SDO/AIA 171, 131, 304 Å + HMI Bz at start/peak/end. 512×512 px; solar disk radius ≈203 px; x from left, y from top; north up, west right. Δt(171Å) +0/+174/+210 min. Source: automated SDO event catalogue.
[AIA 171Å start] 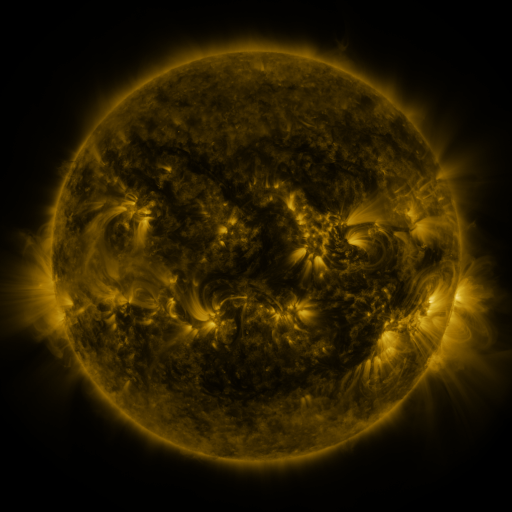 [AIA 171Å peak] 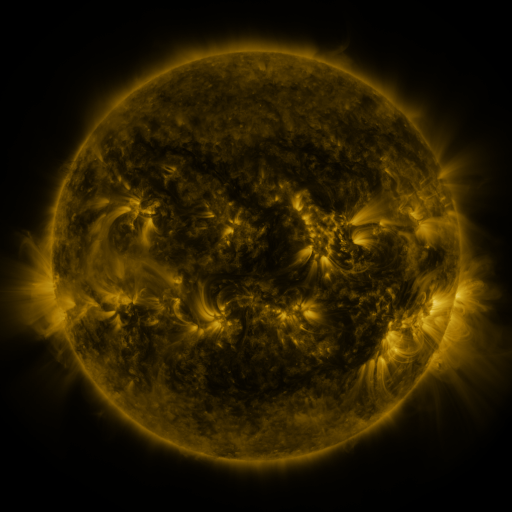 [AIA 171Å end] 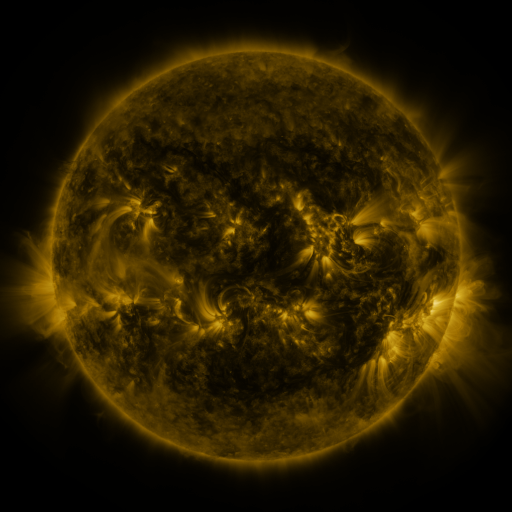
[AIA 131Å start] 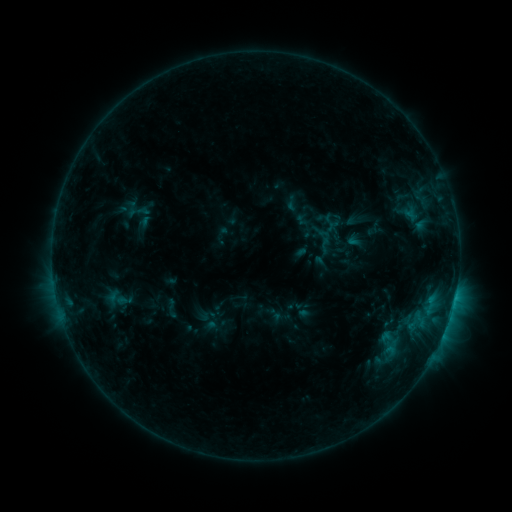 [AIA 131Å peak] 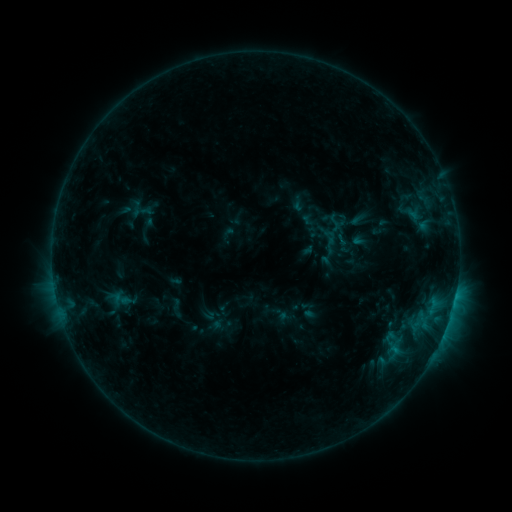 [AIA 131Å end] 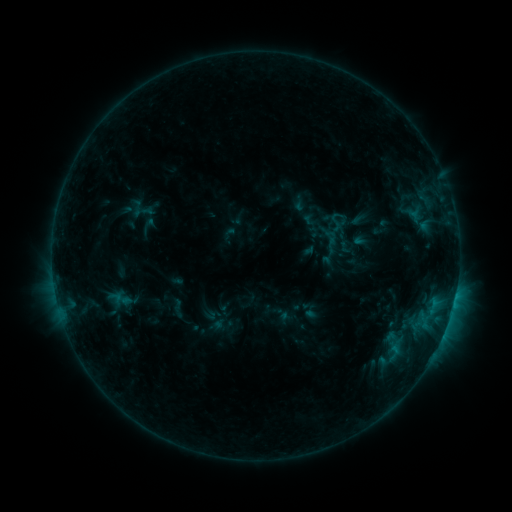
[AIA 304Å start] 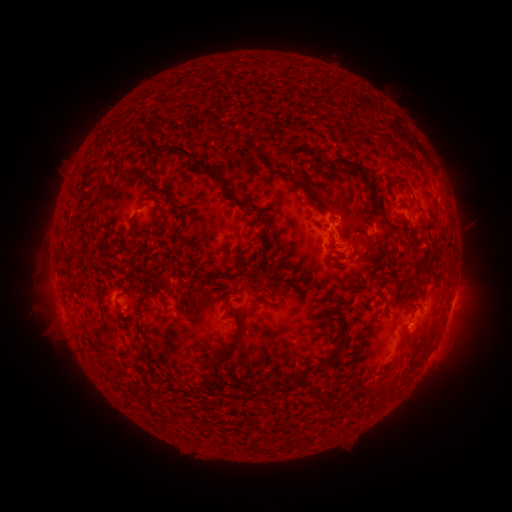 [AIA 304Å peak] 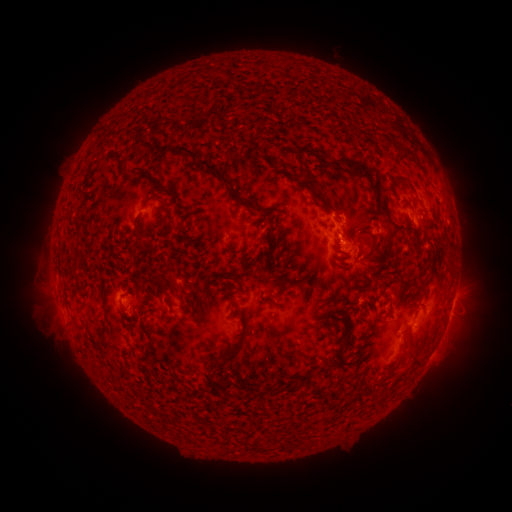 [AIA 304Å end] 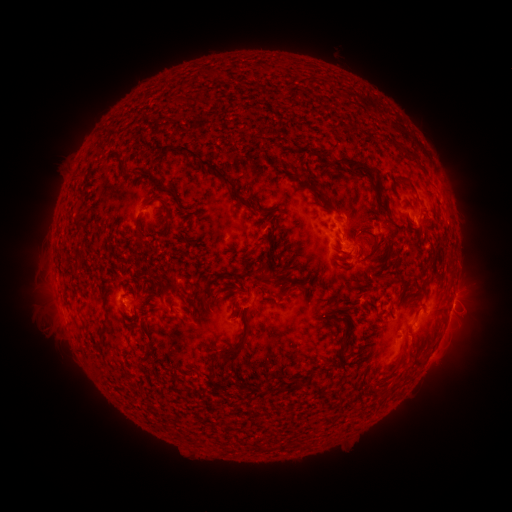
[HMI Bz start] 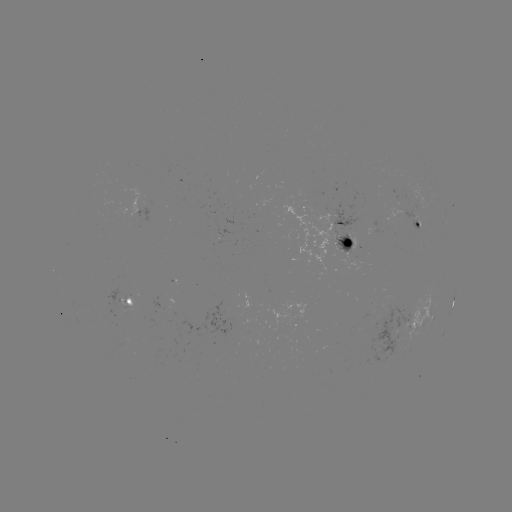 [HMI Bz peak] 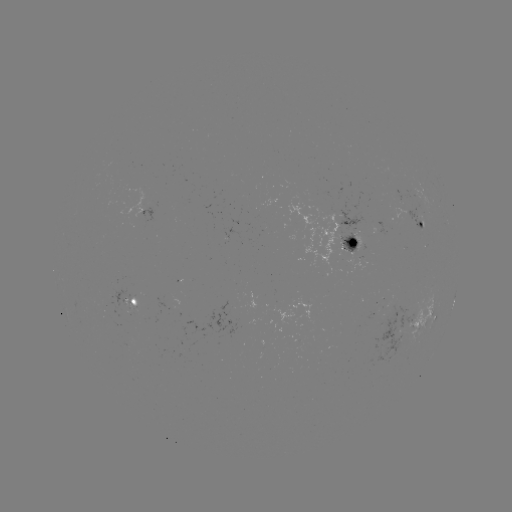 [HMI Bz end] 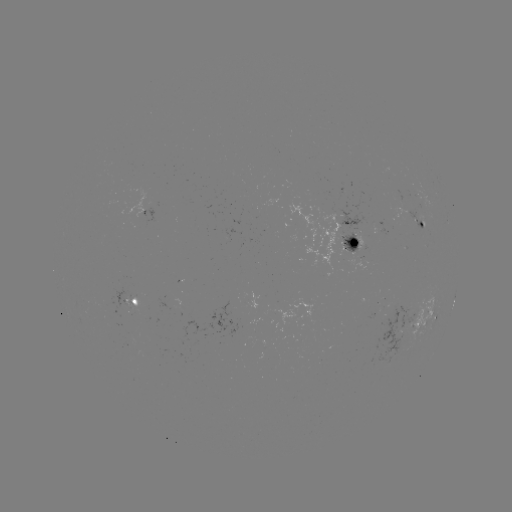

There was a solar emerging-flux region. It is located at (345, 239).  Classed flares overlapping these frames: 2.